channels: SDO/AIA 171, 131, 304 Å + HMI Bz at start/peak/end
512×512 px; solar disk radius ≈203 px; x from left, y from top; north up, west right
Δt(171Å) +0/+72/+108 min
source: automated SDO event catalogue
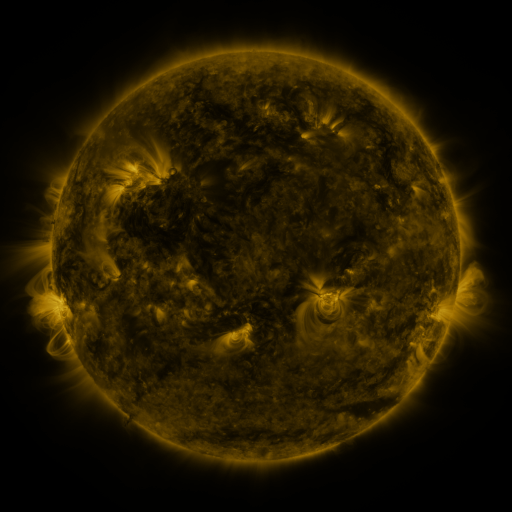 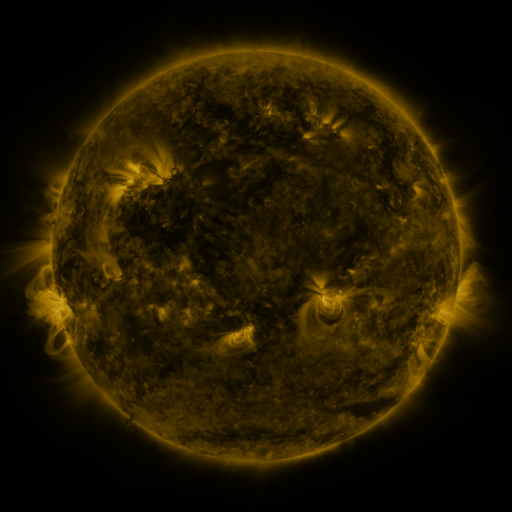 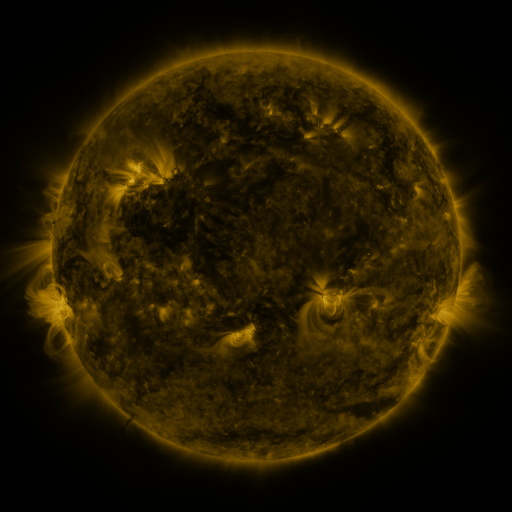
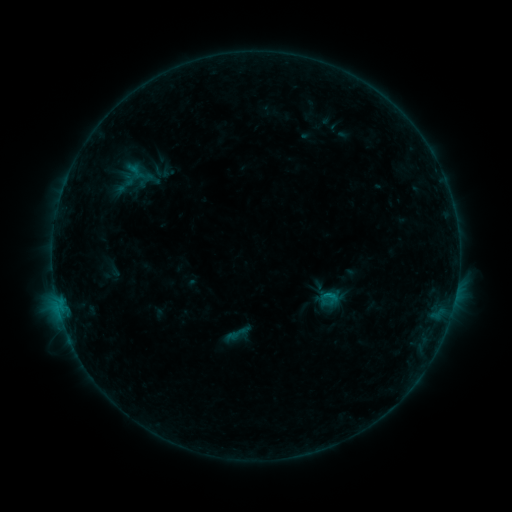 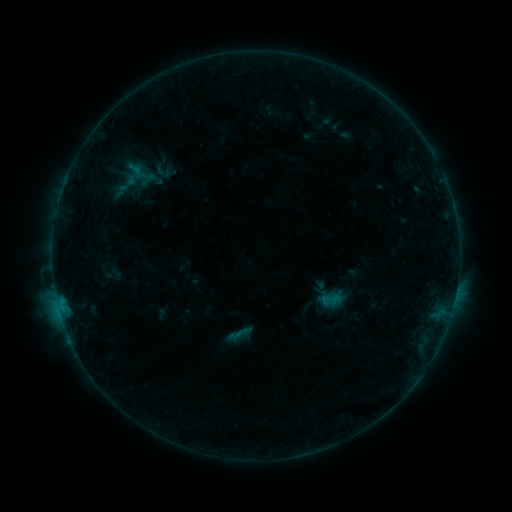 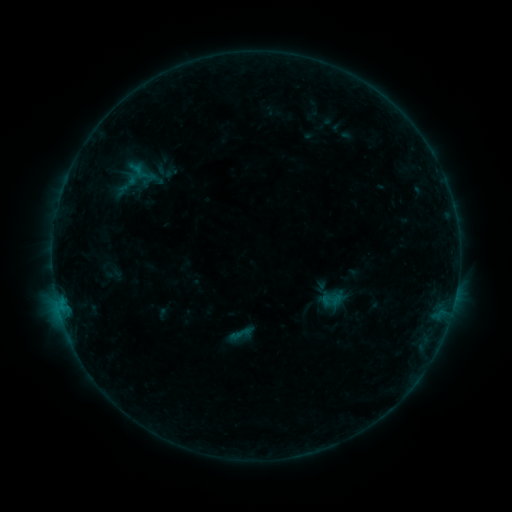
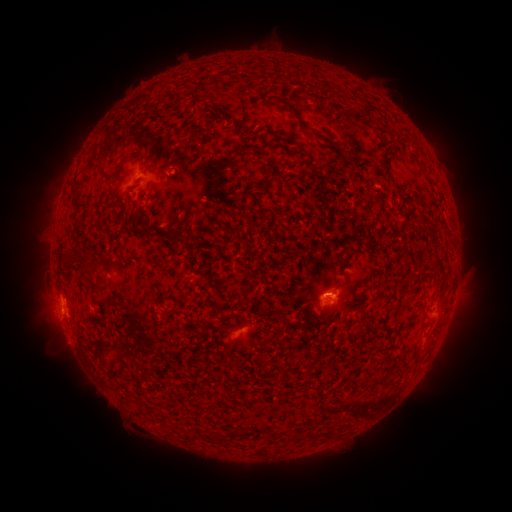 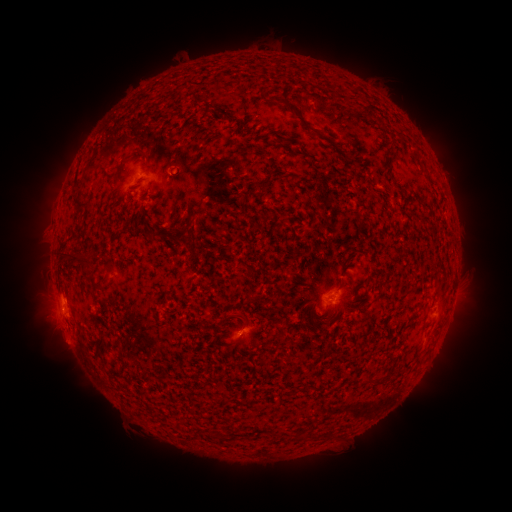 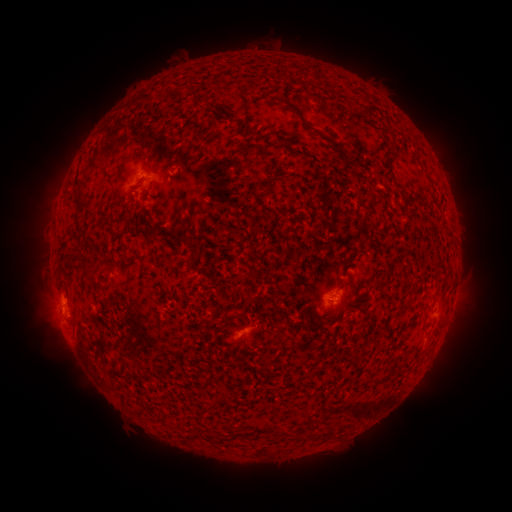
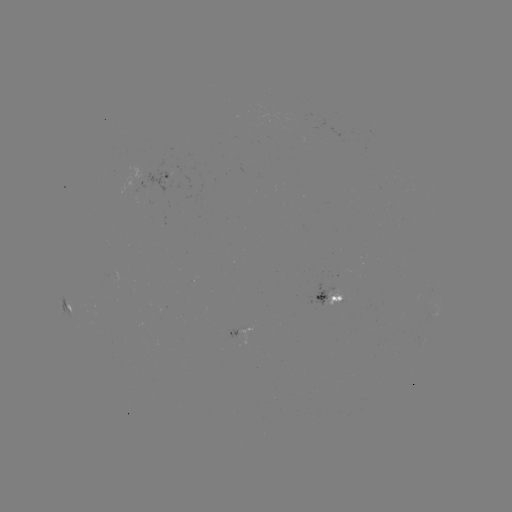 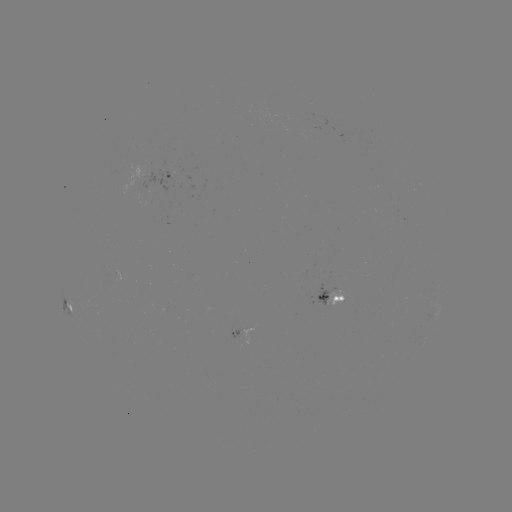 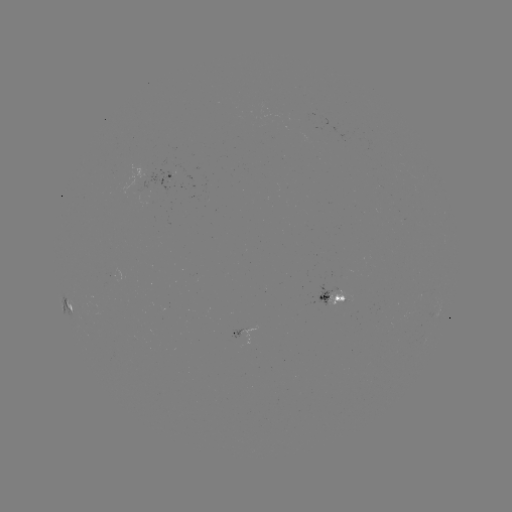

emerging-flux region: <bbox>326, 290, 343, 307</bbox>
